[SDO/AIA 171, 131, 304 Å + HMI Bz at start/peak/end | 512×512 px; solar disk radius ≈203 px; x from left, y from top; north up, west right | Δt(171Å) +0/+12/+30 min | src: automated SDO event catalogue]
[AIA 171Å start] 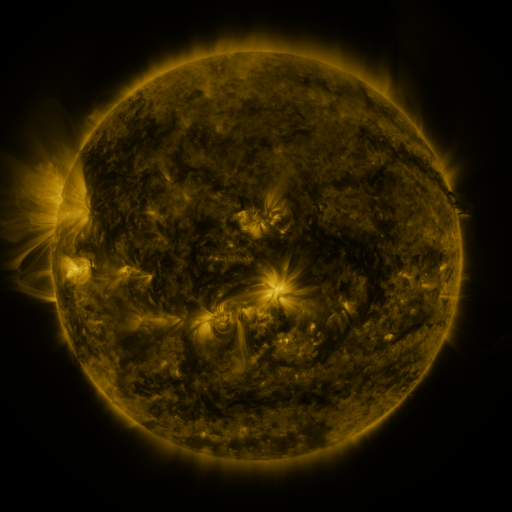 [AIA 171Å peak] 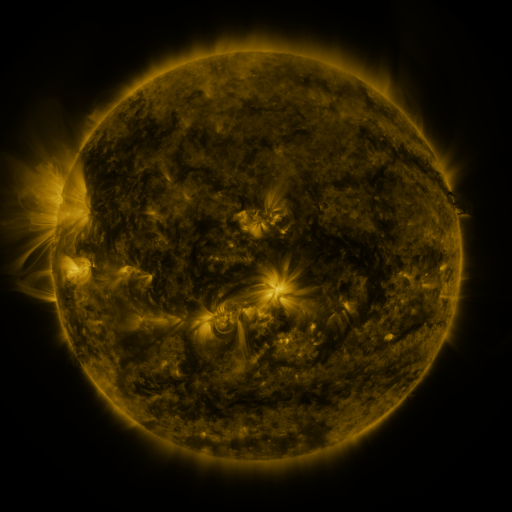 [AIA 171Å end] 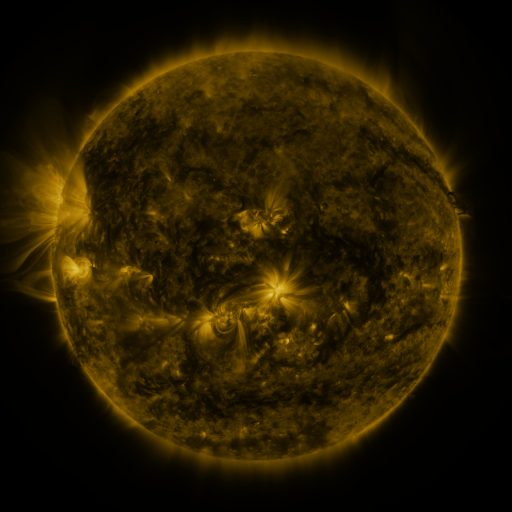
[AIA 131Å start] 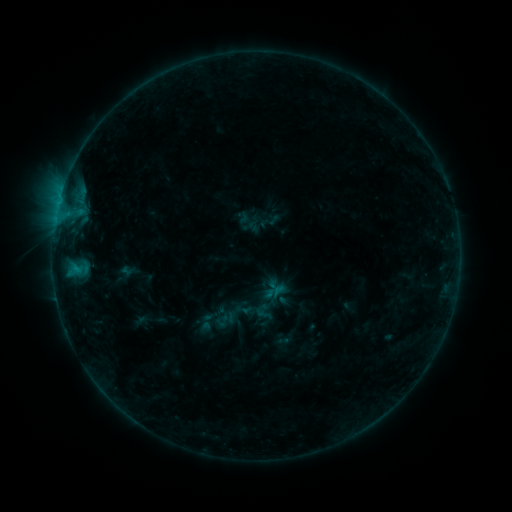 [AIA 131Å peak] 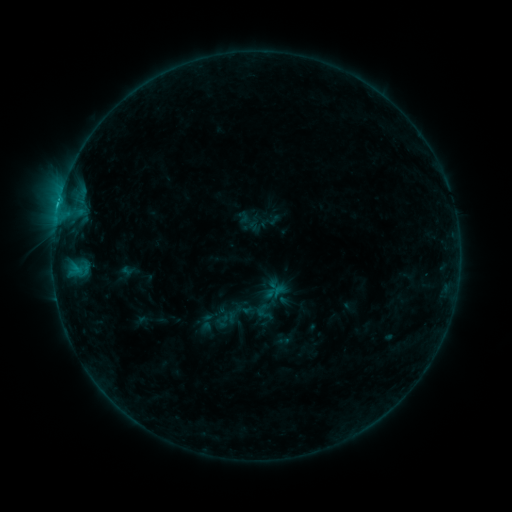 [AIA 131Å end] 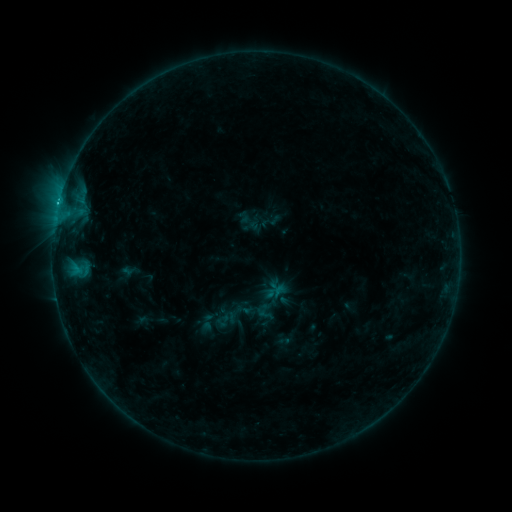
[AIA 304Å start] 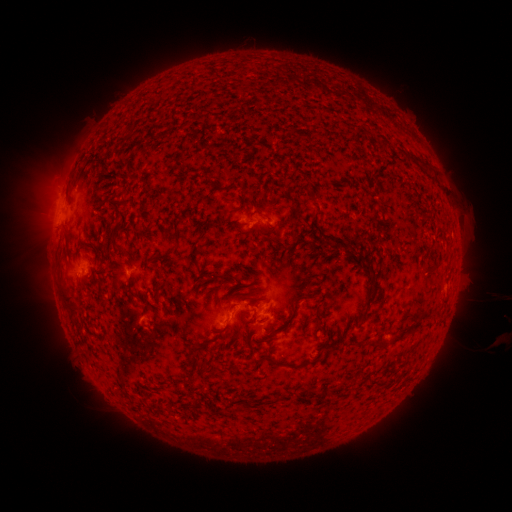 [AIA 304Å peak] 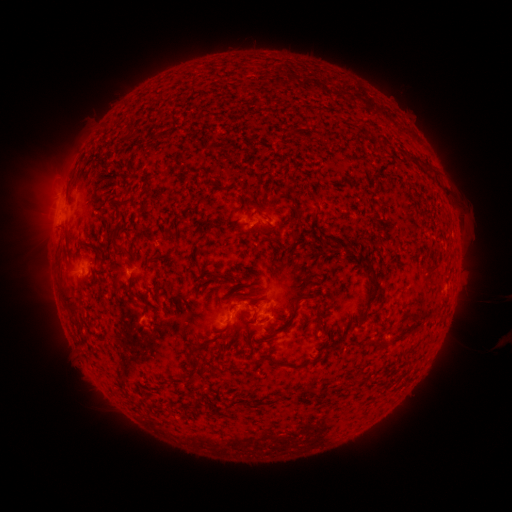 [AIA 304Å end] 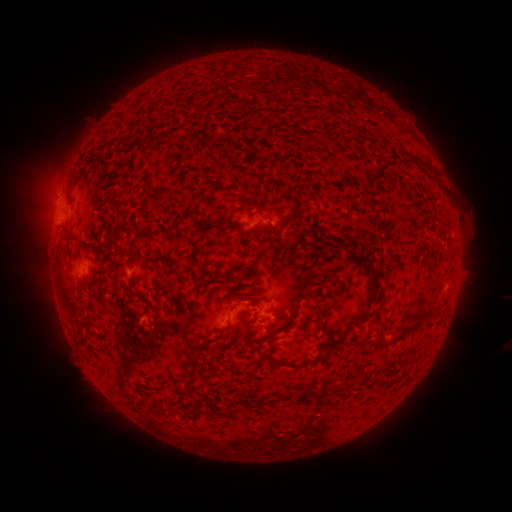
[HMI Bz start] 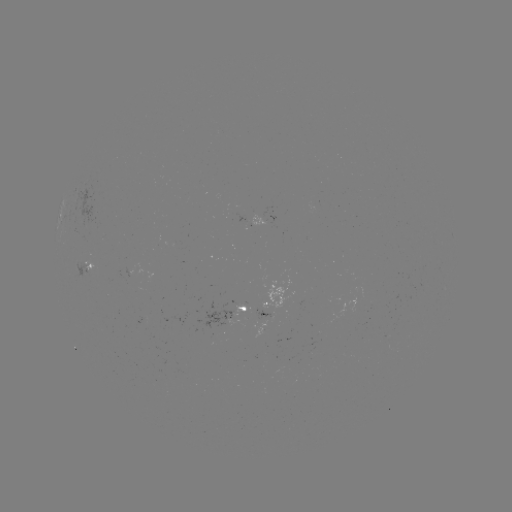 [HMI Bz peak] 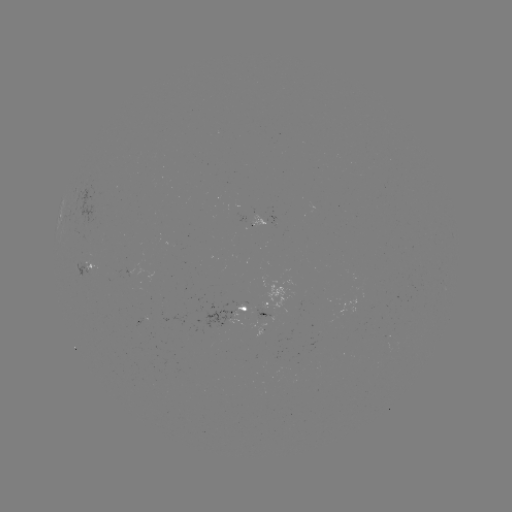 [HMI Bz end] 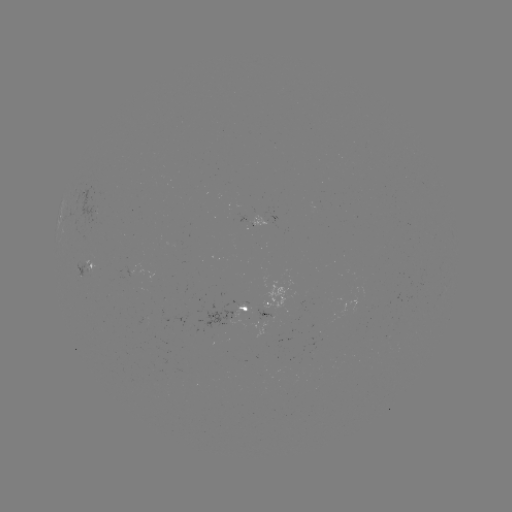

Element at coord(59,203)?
C1.9 flare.